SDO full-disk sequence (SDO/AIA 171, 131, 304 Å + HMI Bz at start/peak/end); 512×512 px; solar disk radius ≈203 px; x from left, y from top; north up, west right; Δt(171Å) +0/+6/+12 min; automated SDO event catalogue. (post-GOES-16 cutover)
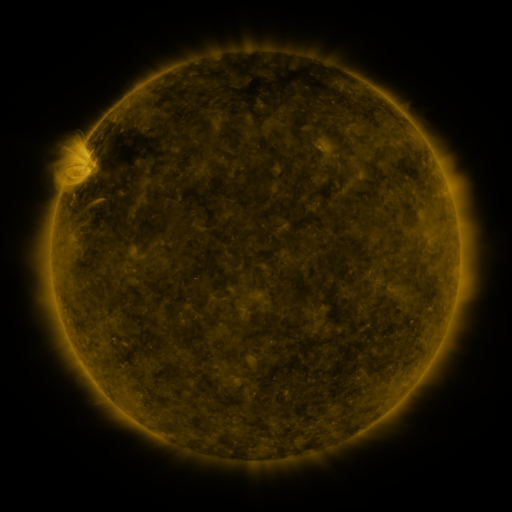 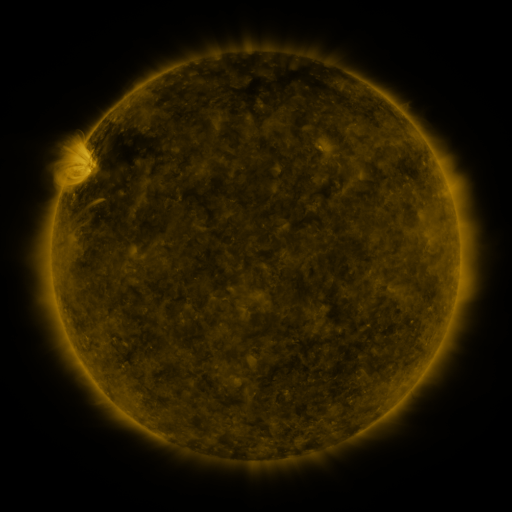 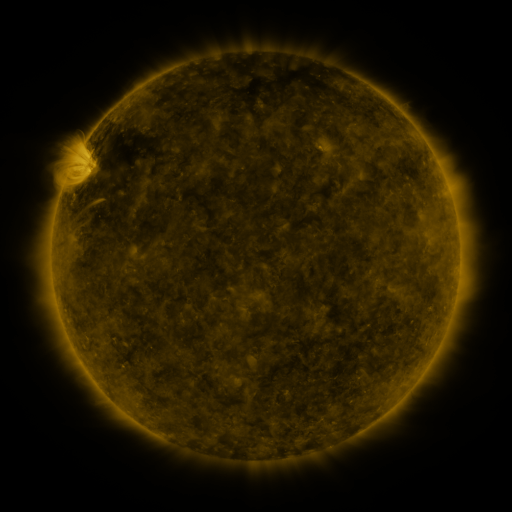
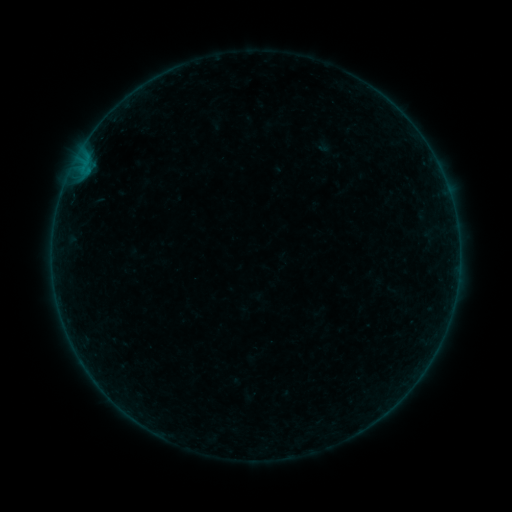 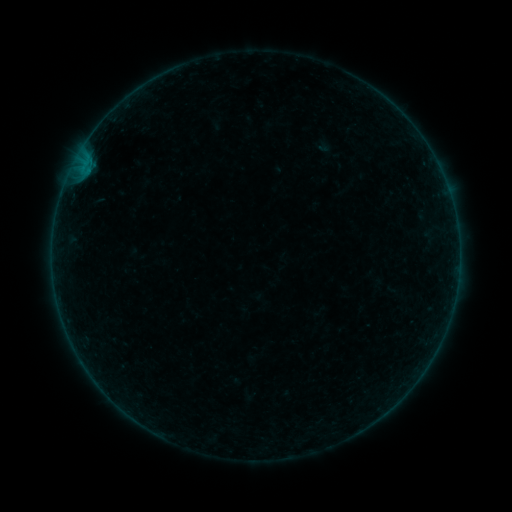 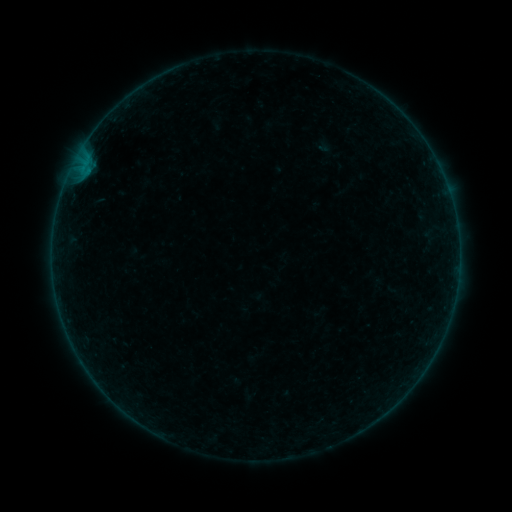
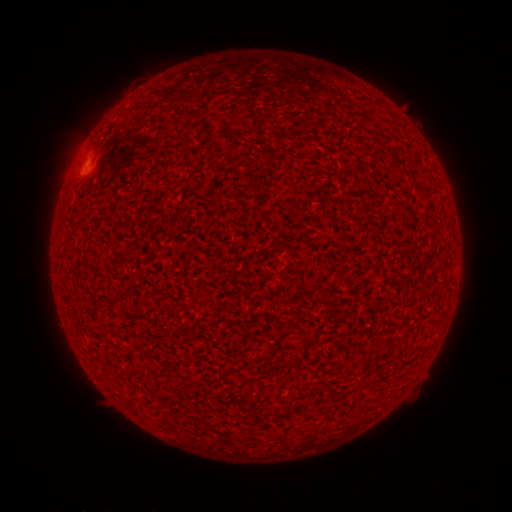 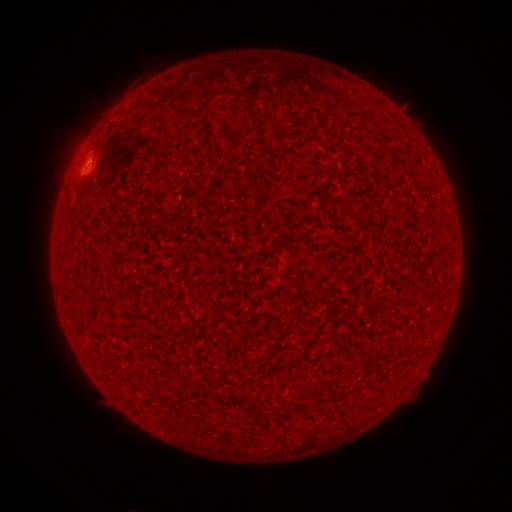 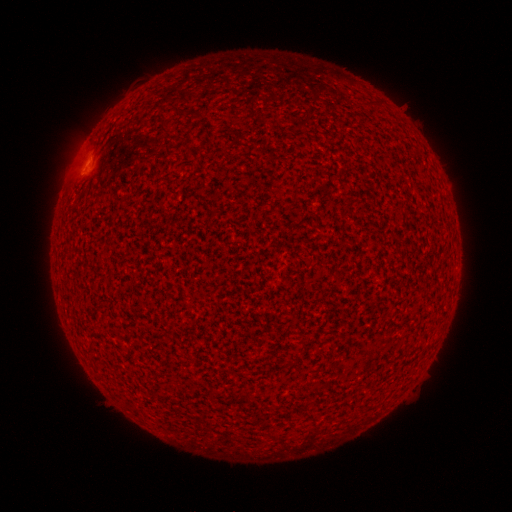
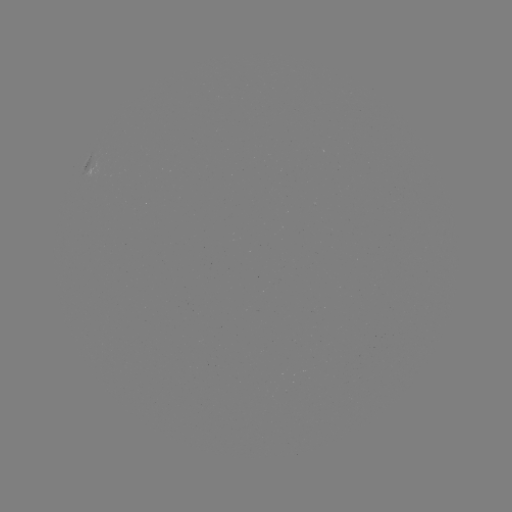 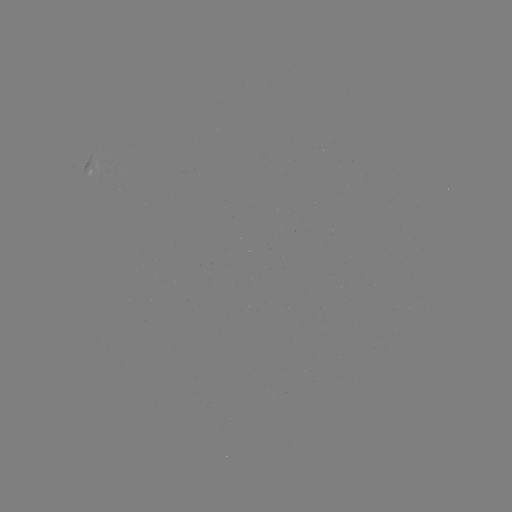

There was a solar flare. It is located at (89, 165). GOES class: A7.3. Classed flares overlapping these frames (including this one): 1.